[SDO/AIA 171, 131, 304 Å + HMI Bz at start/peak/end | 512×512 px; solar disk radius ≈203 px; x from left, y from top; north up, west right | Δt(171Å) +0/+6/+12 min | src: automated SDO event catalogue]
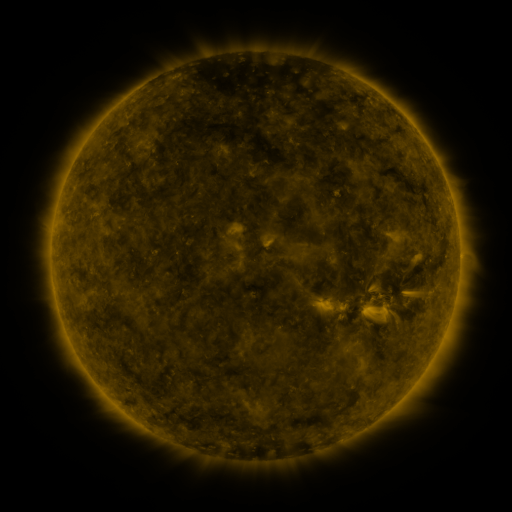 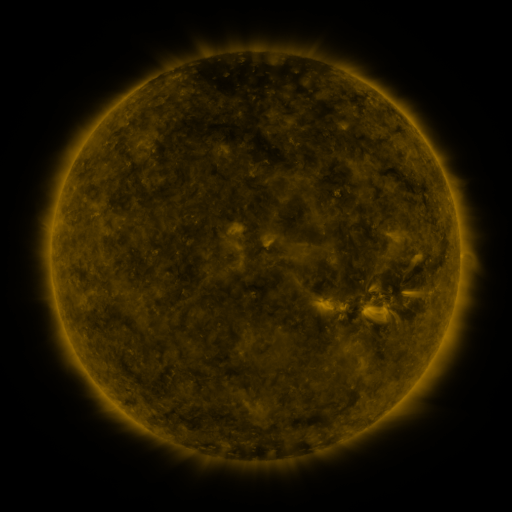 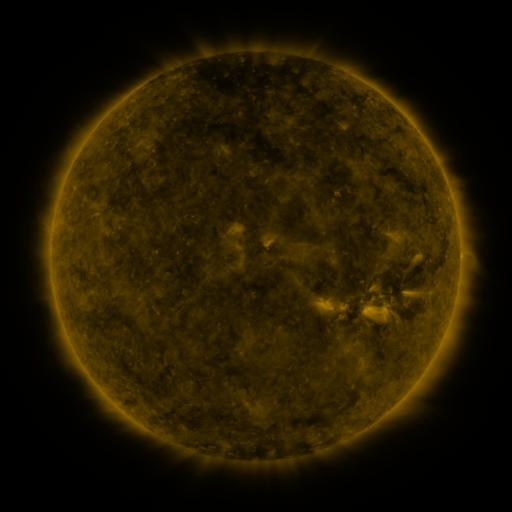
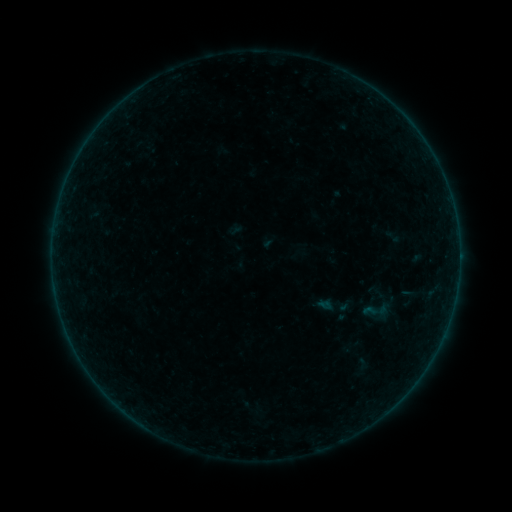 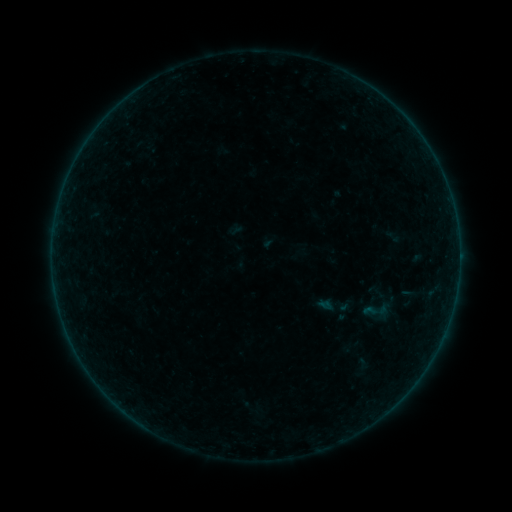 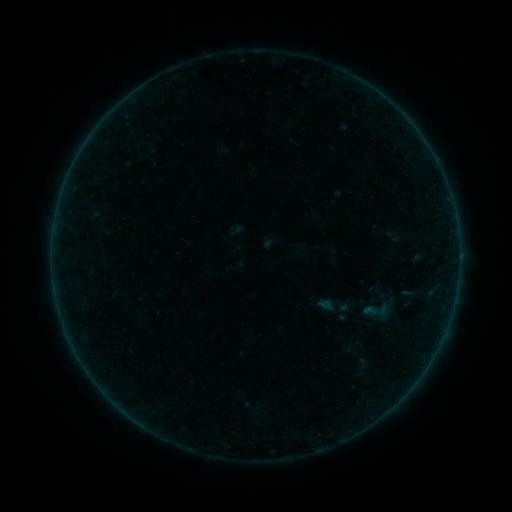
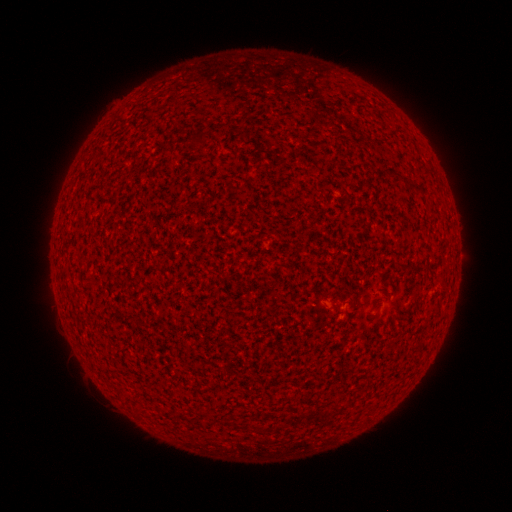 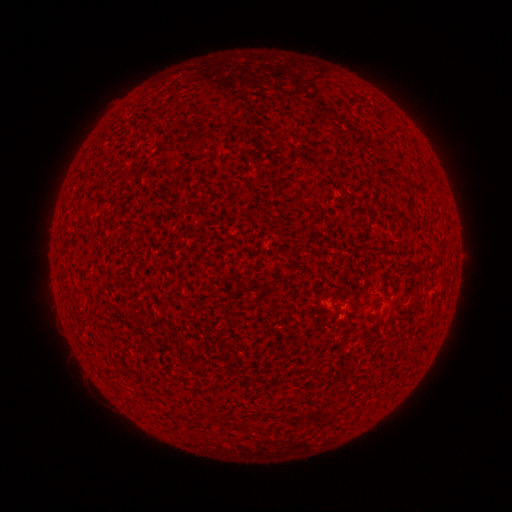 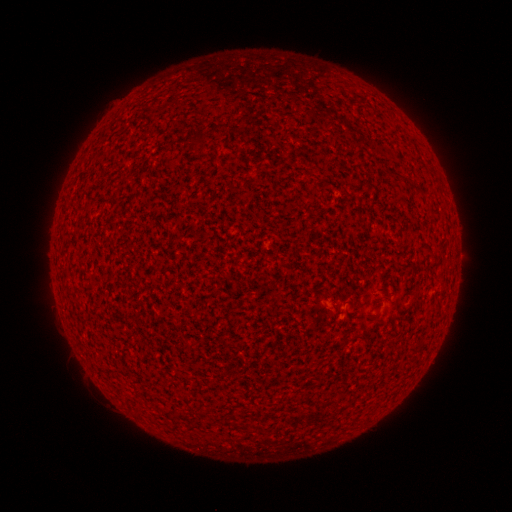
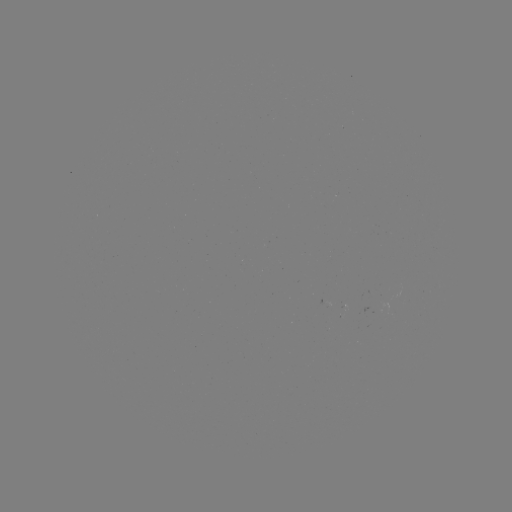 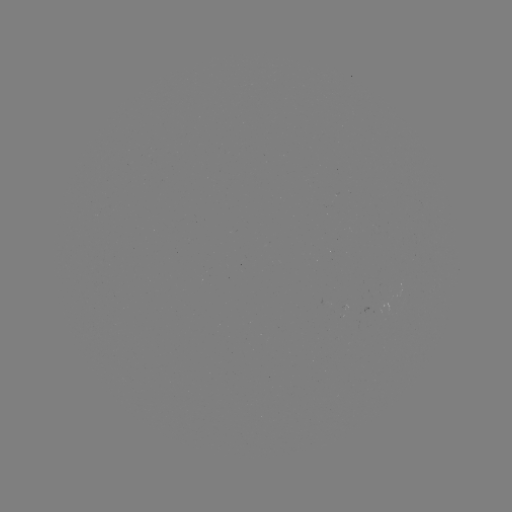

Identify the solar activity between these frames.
A1.8 flare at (340, 308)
